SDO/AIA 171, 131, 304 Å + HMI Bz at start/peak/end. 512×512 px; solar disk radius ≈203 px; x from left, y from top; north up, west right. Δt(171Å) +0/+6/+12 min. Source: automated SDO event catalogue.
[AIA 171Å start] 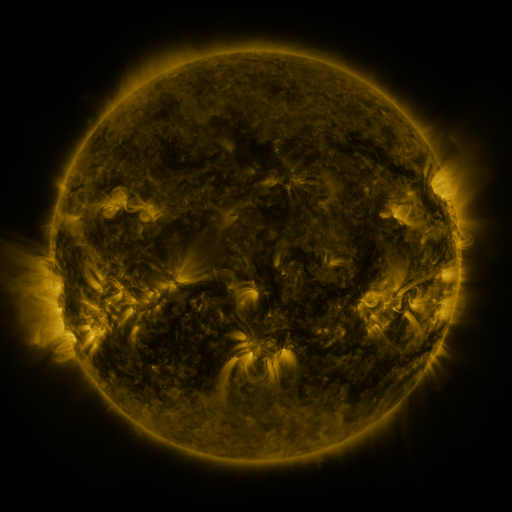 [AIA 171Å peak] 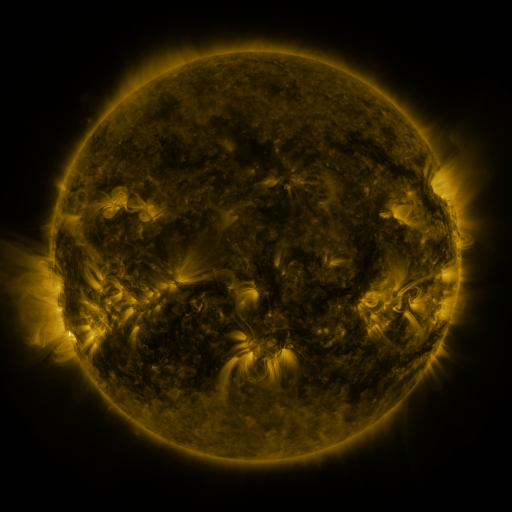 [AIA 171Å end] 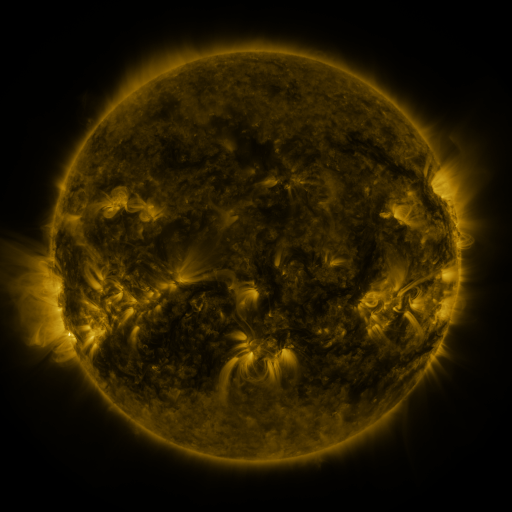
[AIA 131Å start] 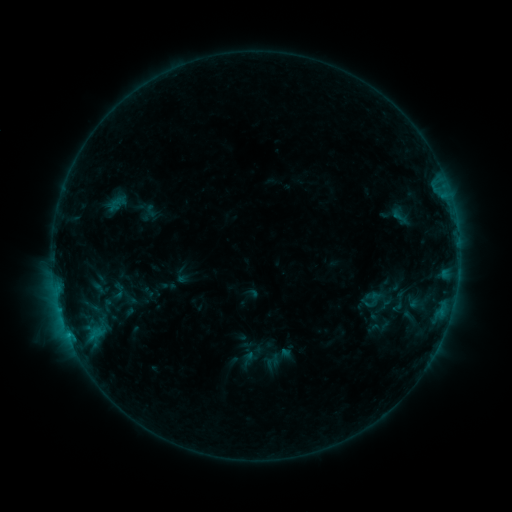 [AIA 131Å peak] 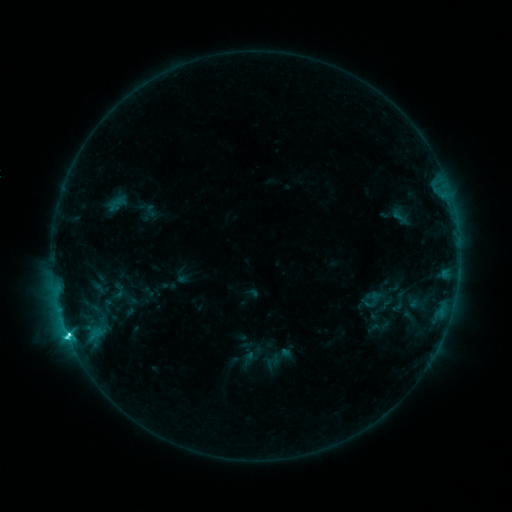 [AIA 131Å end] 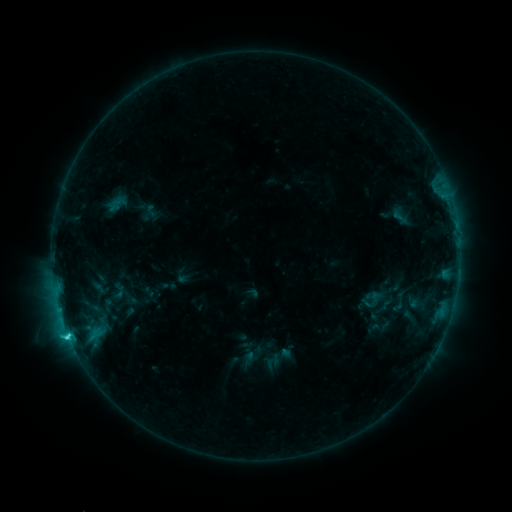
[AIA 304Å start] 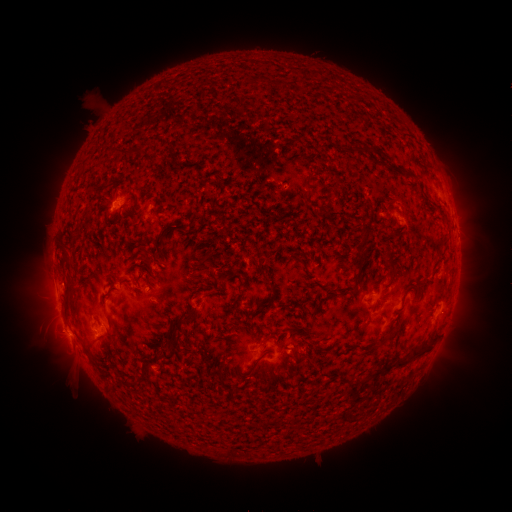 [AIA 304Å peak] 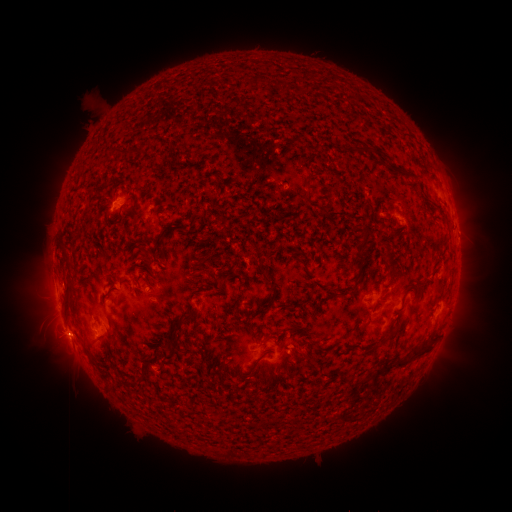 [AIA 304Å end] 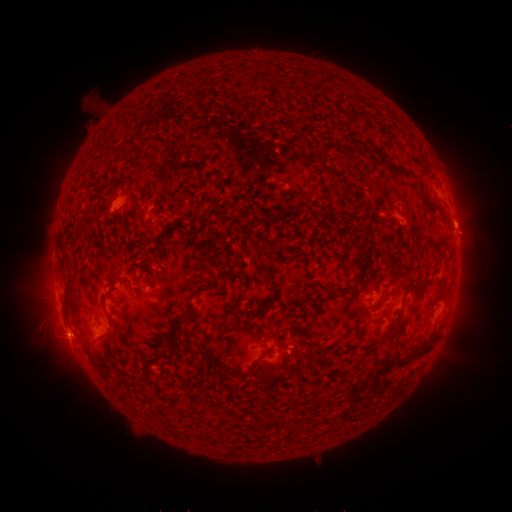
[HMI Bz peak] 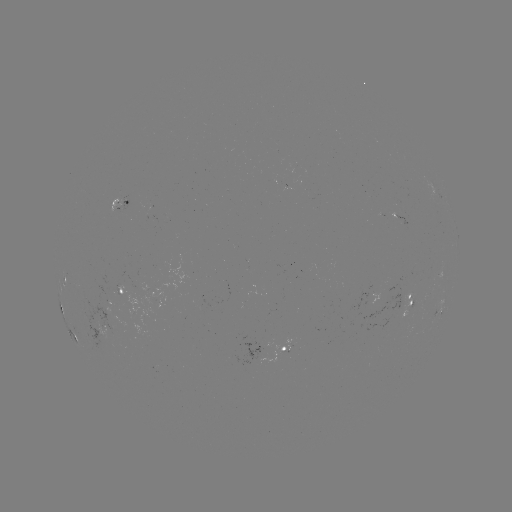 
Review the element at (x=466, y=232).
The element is eruption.